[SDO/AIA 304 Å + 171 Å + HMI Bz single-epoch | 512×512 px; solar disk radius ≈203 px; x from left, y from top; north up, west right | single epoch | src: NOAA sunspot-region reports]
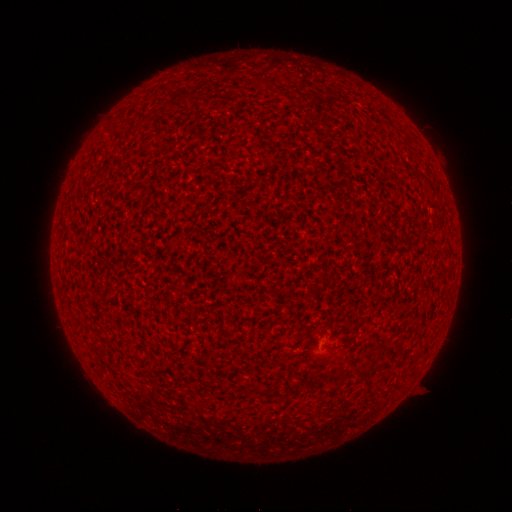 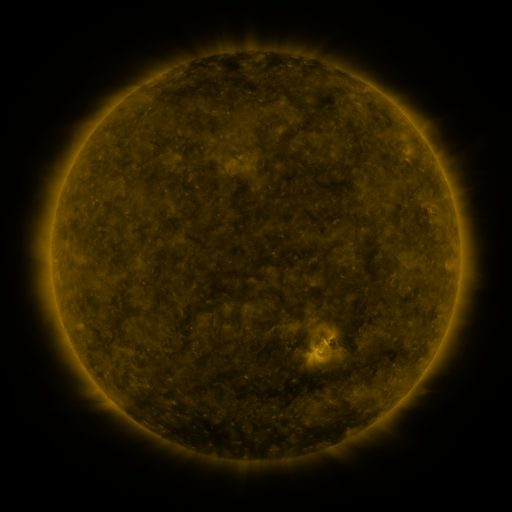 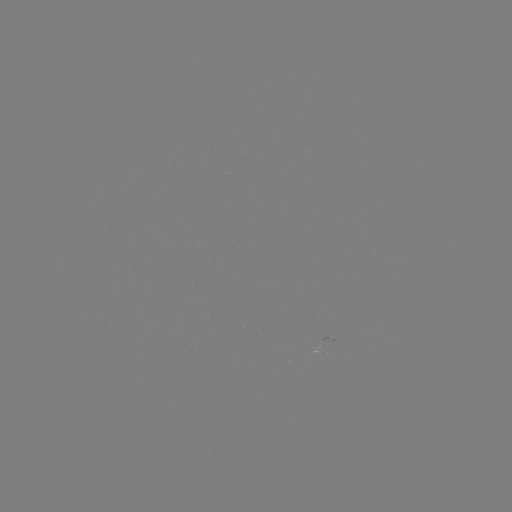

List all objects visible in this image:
(none)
